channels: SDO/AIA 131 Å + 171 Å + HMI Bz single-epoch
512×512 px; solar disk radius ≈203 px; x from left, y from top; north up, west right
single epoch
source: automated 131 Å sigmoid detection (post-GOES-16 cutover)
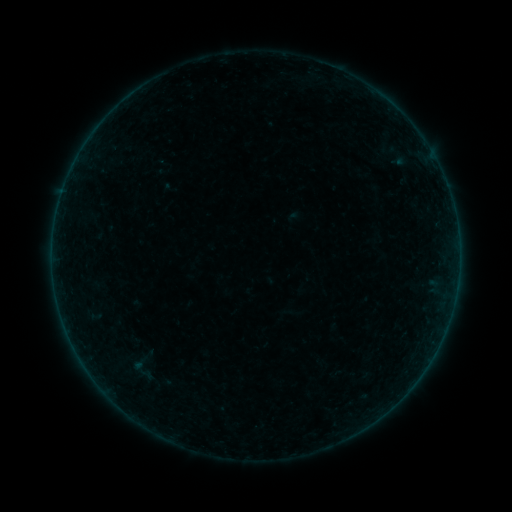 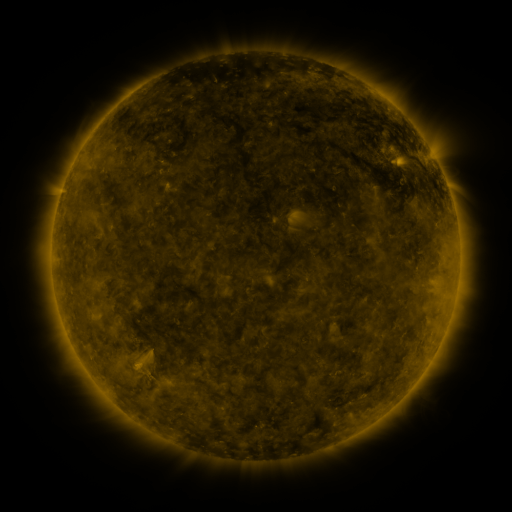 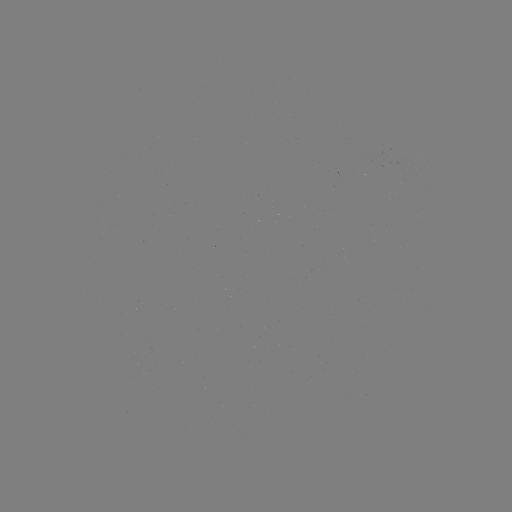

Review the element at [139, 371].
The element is sigmoid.